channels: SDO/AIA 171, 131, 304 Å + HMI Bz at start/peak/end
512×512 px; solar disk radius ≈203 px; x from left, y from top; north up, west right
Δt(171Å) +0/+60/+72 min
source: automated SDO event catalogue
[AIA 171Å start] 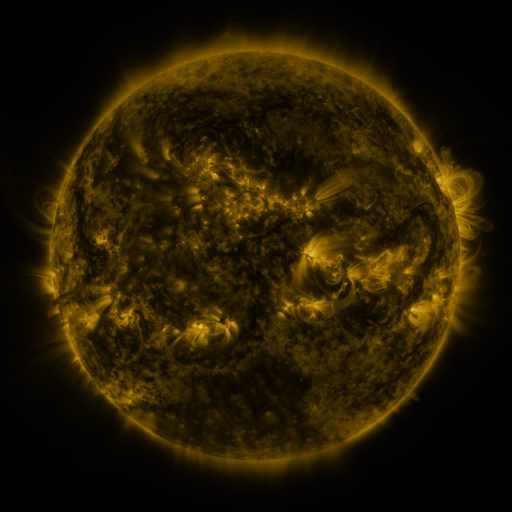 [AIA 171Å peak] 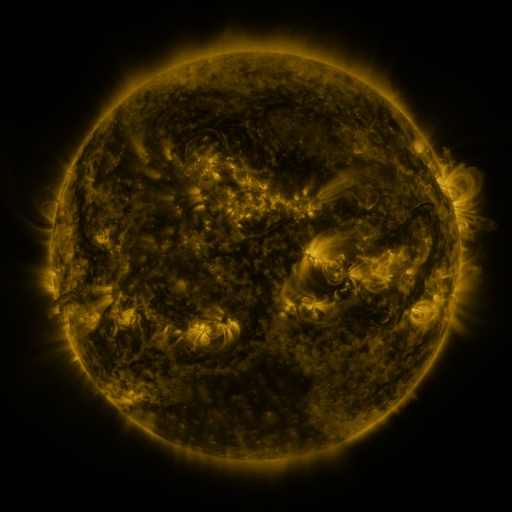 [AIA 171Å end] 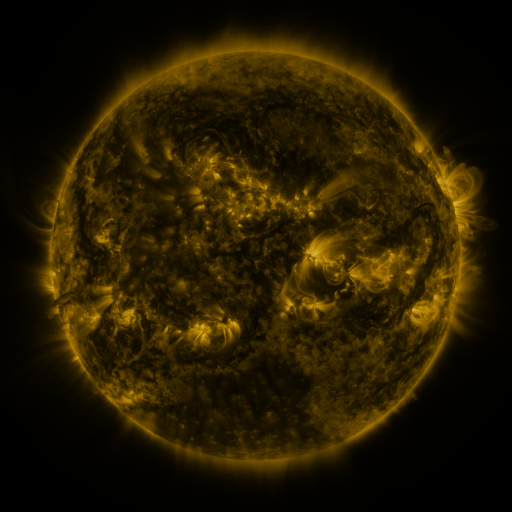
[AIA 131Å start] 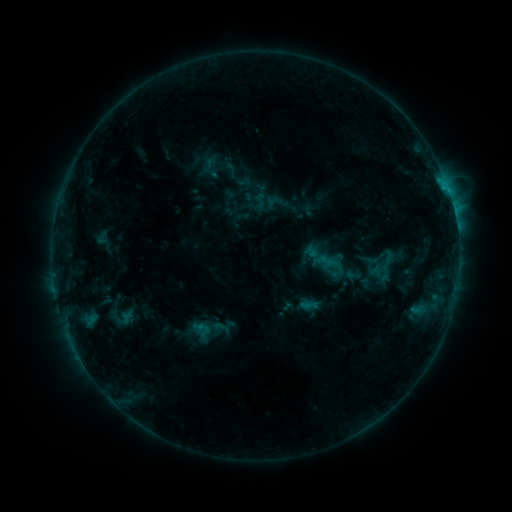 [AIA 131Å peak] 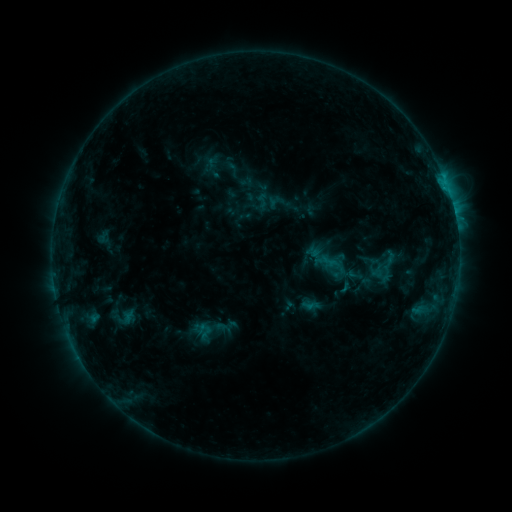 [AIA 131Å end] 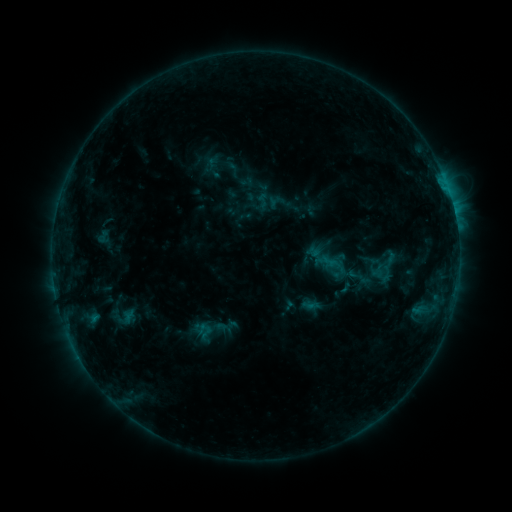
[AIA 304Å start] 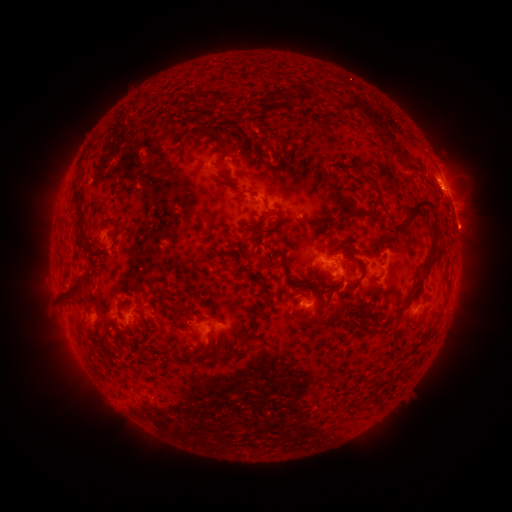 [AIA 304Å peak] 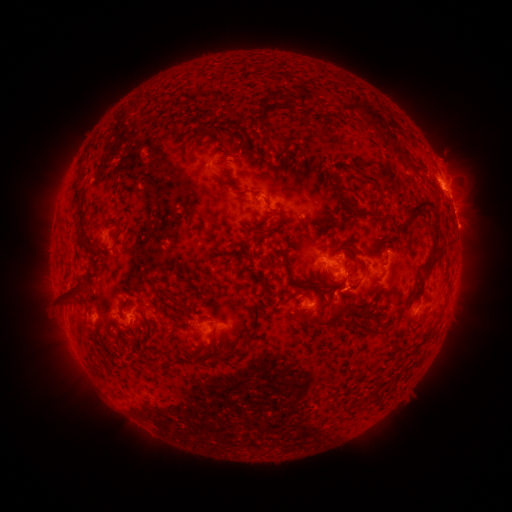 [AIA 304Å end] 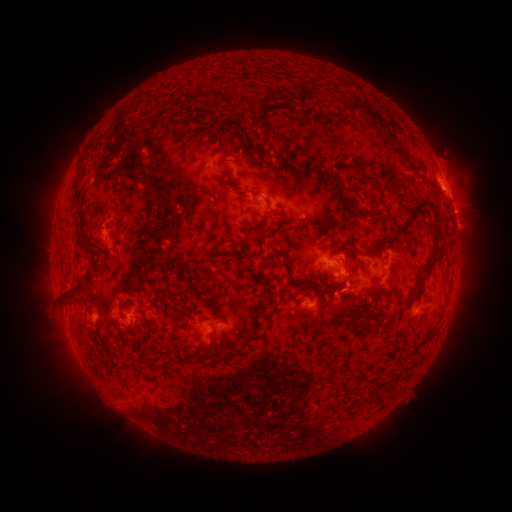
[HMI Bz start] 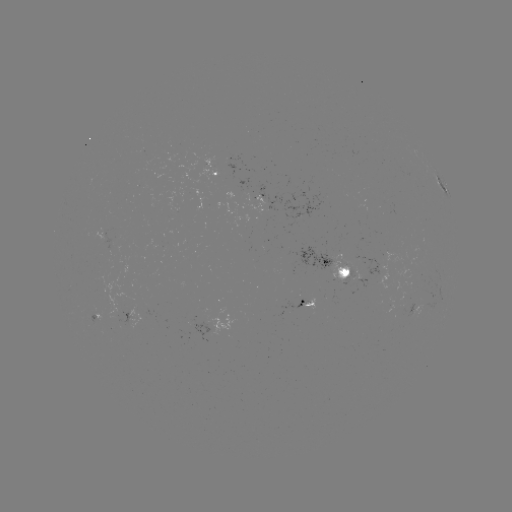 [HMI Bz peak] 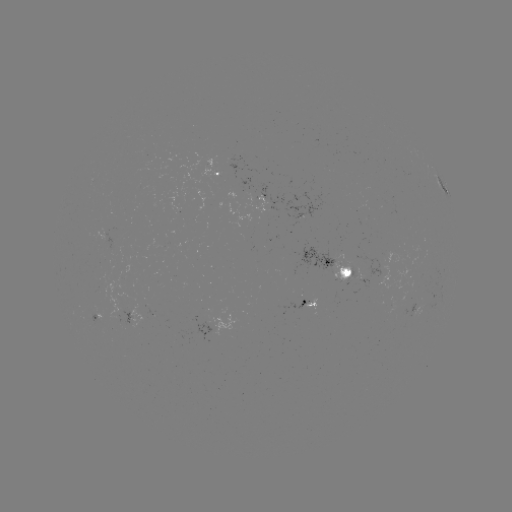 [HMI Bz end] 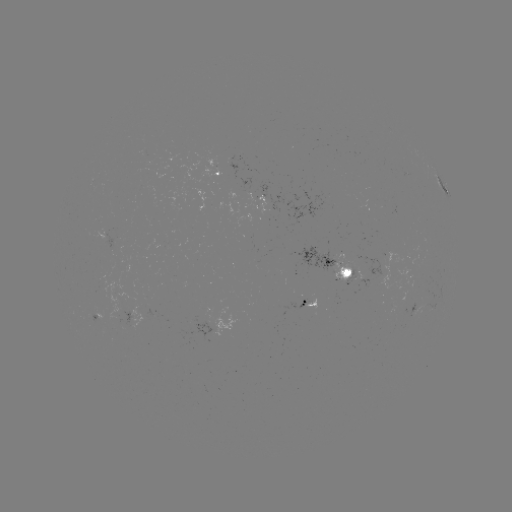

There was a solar emerging-flux region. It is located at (357, 264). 